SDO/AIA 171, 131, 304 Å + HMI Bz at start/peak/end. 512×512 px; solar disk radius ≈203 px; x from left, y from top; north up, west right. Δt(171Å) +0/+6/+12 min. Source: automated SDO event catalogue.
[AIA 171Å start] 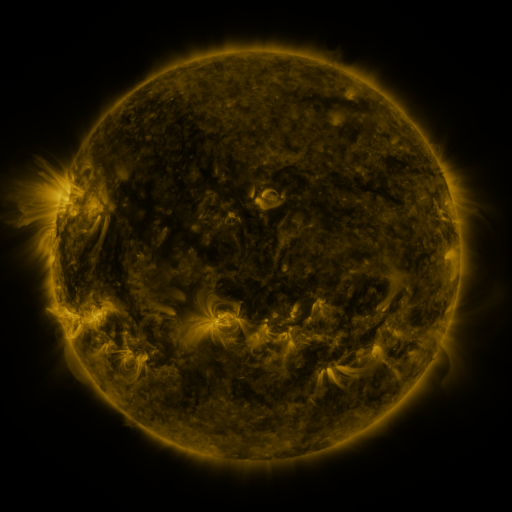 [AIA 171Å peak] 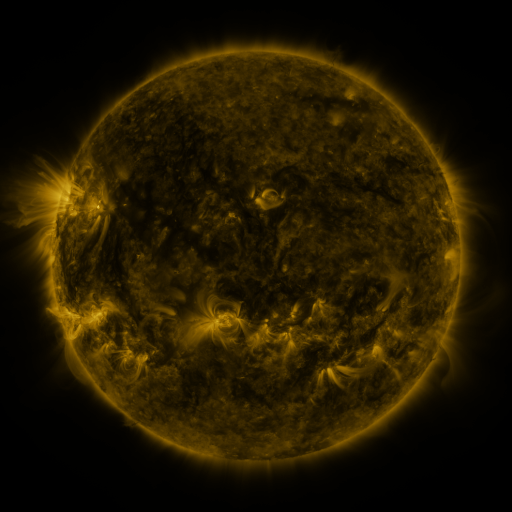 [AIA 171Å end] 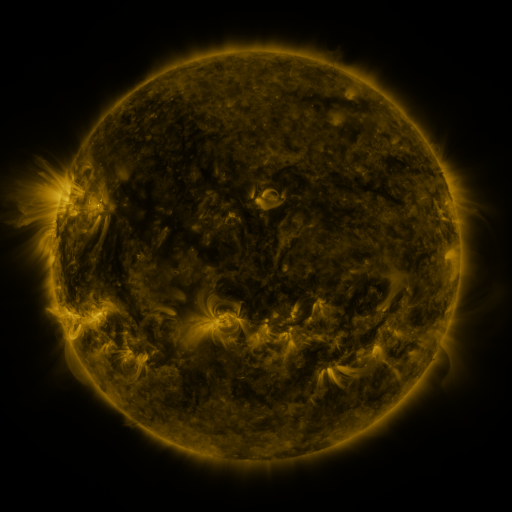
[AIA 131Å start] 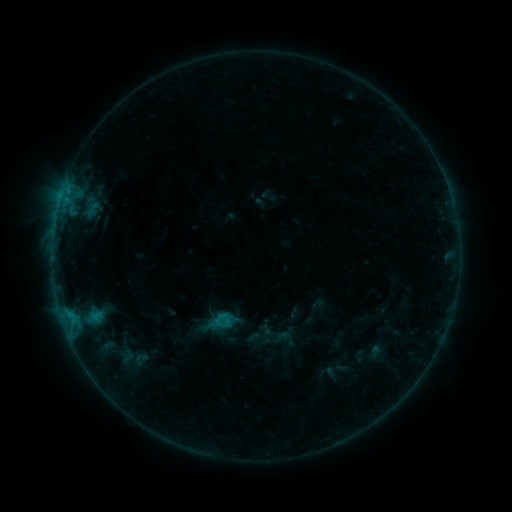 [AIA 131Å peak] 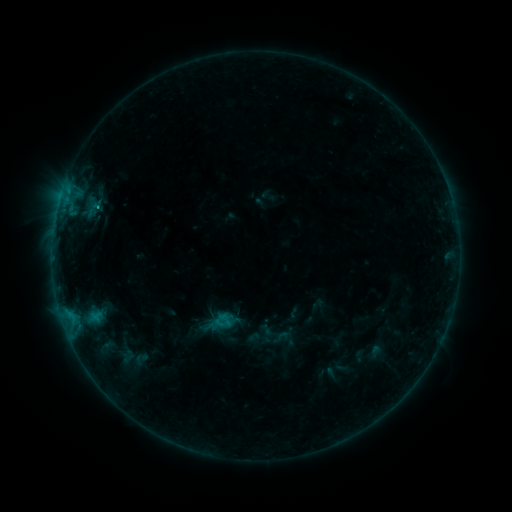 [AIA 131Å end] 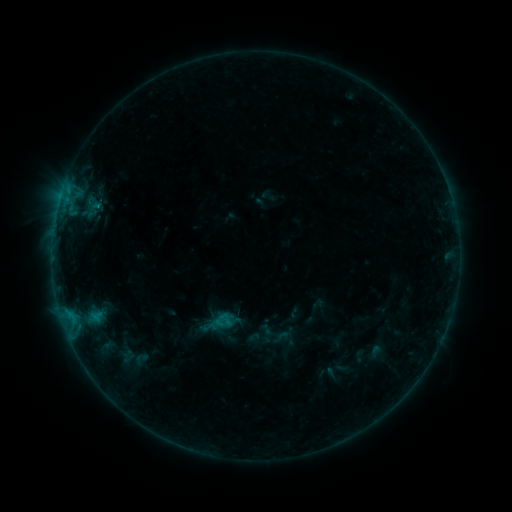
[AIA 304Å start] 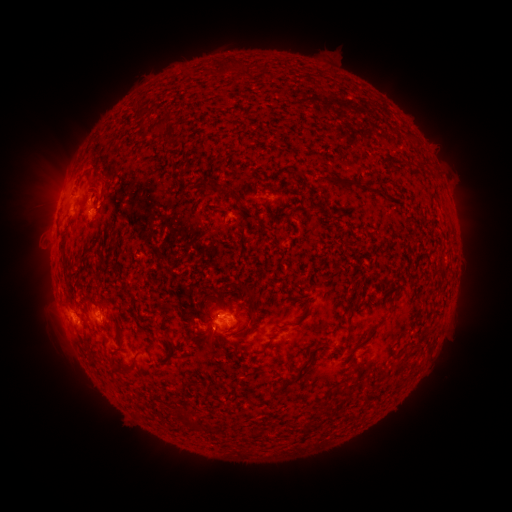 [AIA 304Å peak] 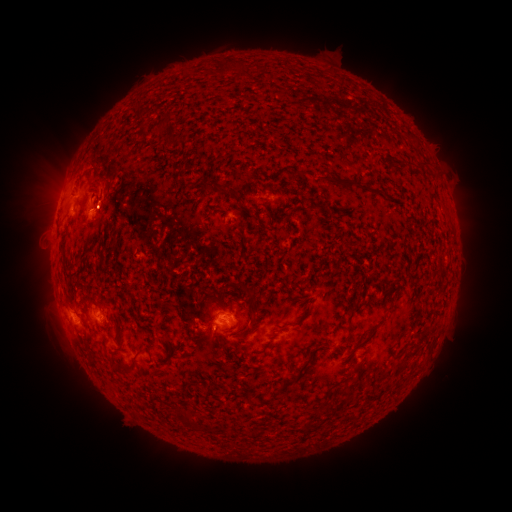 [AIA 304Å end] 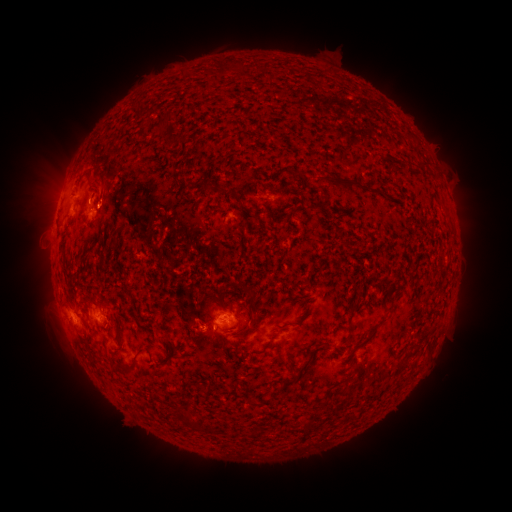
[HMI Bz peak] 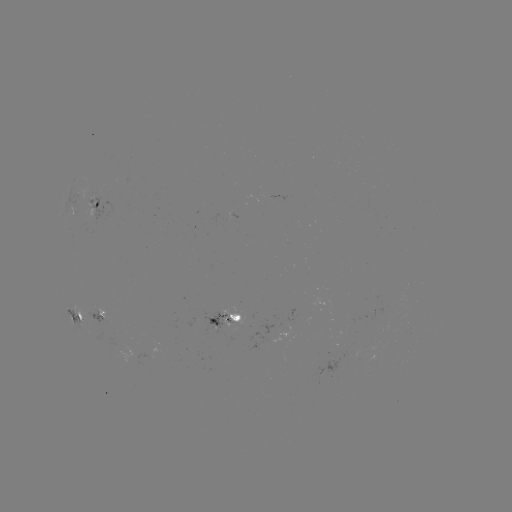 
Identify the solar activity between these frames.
B5.1 flare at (100, 201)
